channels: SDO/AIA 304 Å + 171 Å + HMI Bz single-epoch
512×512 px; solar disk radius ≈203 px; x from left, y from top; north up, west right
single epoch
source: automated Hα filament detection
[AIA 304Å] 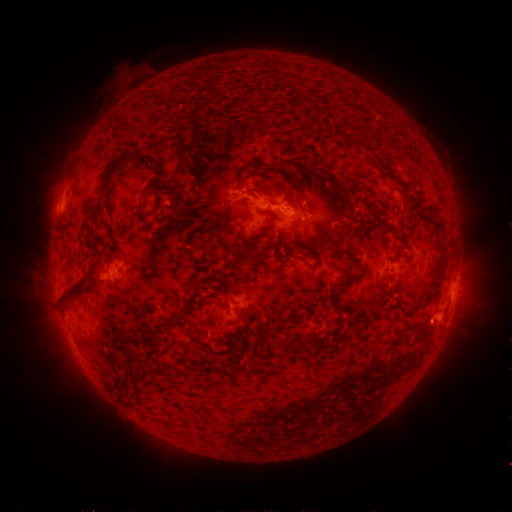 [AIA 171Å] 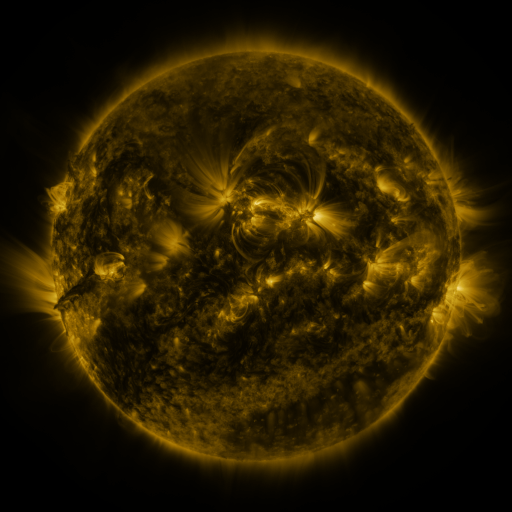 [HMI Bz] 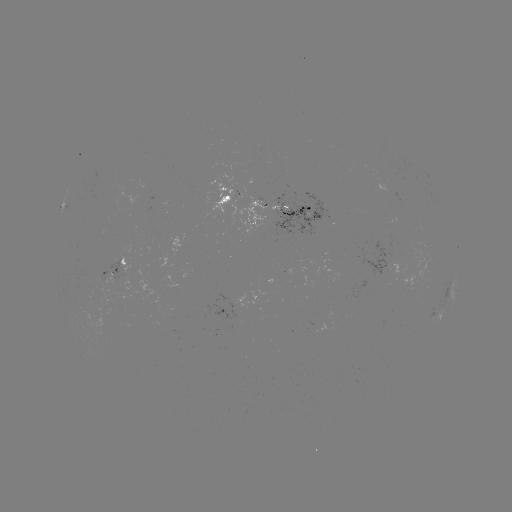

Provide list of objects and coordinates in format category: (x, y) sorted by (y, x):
filament: (343, 91)
filament: (148, 160)
filament: (257, 165)
filament: (285, 173)
filament: (105, 178)
filament: (337, 184)
filament: (172, 190)
filament: (277, 212)
filament: (386, 223)
filament: (438, 223)
filament: (345, 228)
filament: (89, 238)
filament: (248, 243)
filament: (441, 244)
filament: (292, 249)
filament: (342, 249)
filament: (260, 258)
filament: (238, 260)
filament: (366, 269)
filament: (440, 279)
filament: (347, 283)
filament: (223, 285)
filament: (81, 287)
filament: (376, 303)
filament: (180, 318)
filament: (414, 327)
filament: (314, 340)
filament: (290, 346)
filament: (137, 355)
